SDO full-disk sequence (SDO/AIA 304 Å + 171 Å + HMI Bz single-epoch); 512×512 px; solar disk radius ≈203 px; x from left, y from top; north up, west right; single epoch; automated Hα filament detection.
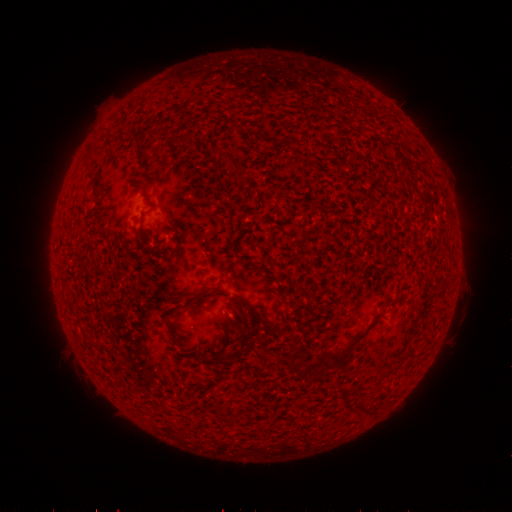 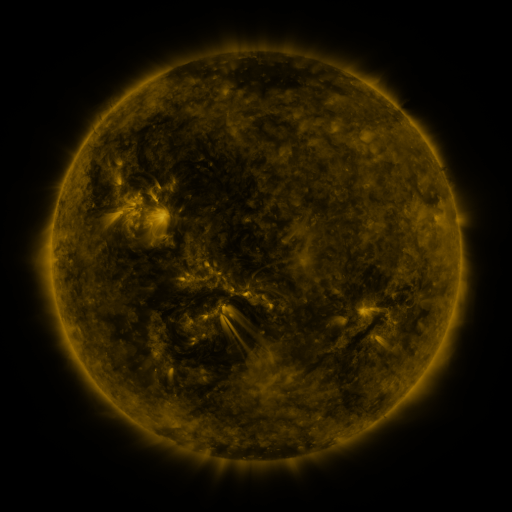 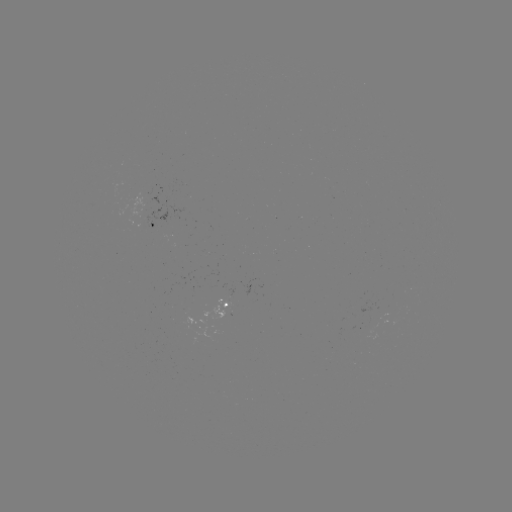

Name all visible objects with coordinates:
filament: (132, 135, 139, 144)
filament: (222, 151, 240, 183)
filament: (181, 292, 201, 310)
filament: (232, 294, 279, 333)
filament: (231, 317, 244, 332)
filament: (323, 339, 358, 369)
filament: (354, 401, 371, 414)
